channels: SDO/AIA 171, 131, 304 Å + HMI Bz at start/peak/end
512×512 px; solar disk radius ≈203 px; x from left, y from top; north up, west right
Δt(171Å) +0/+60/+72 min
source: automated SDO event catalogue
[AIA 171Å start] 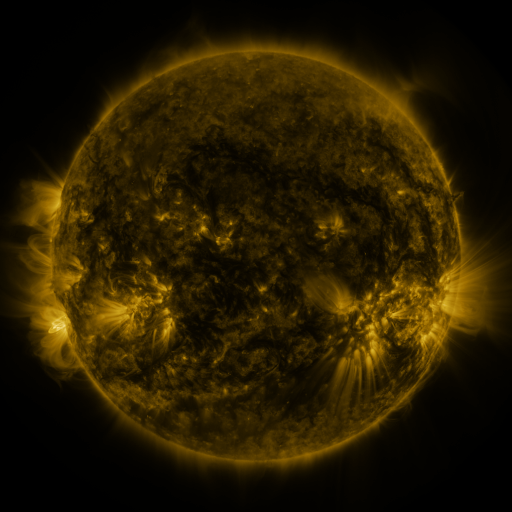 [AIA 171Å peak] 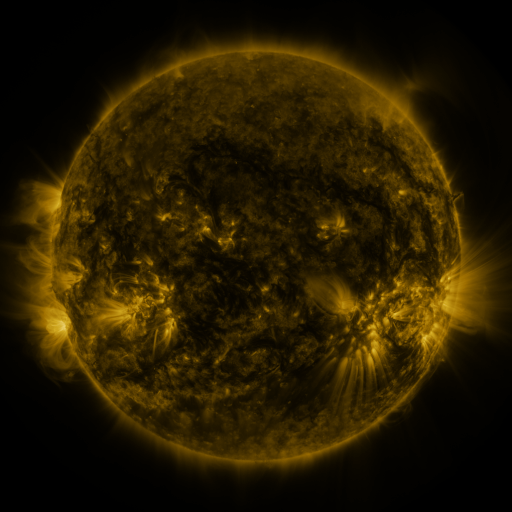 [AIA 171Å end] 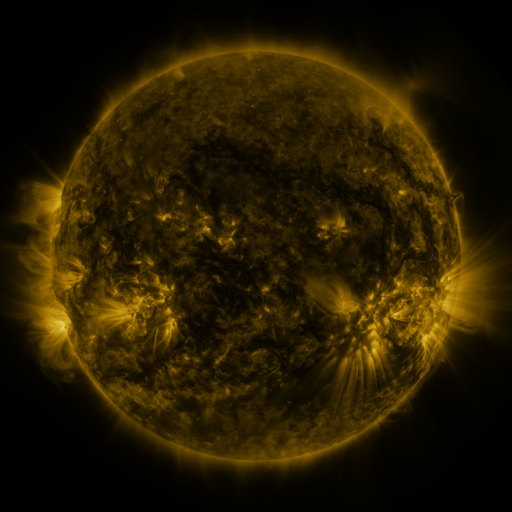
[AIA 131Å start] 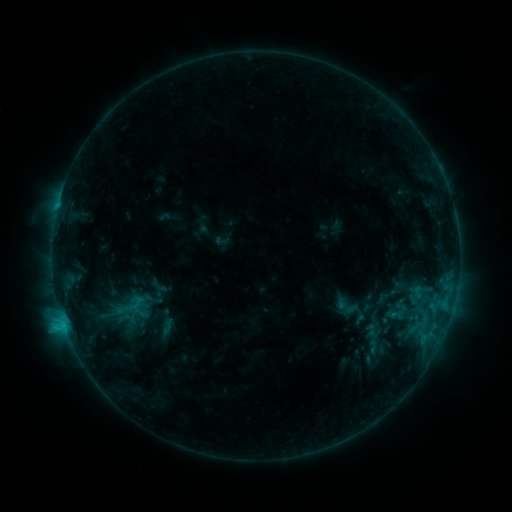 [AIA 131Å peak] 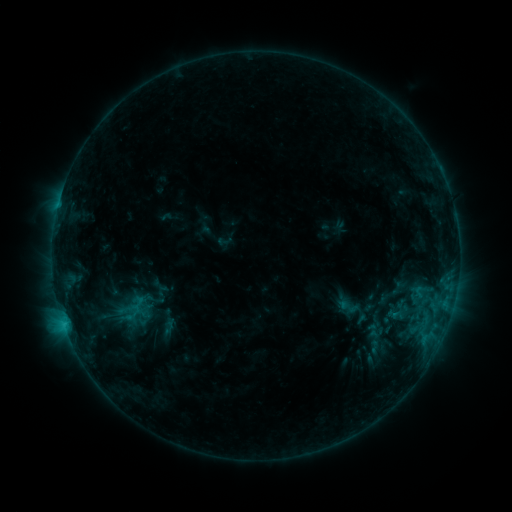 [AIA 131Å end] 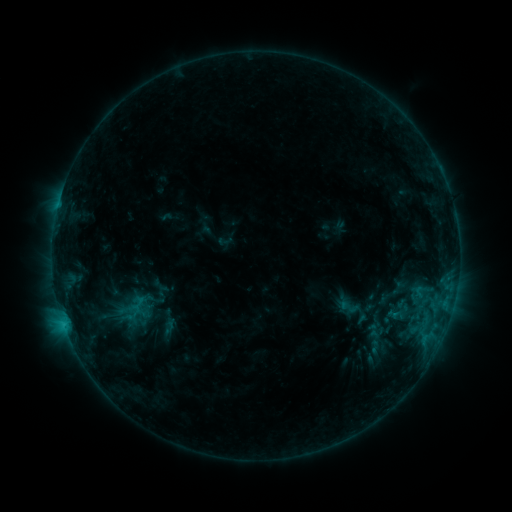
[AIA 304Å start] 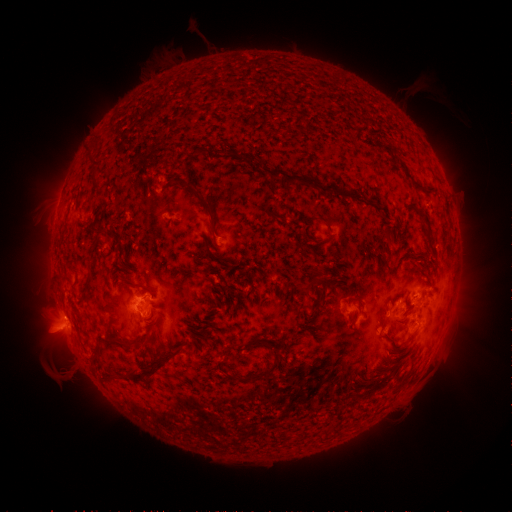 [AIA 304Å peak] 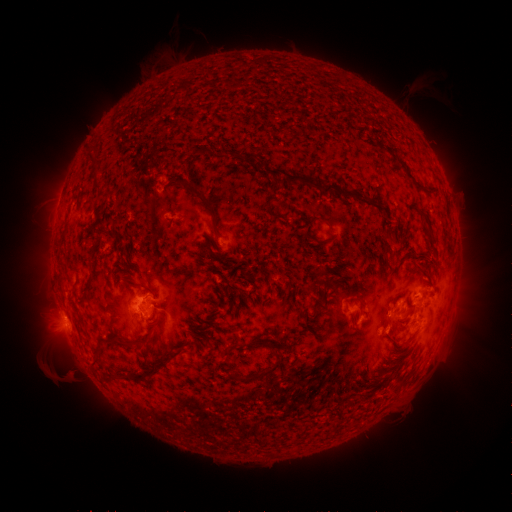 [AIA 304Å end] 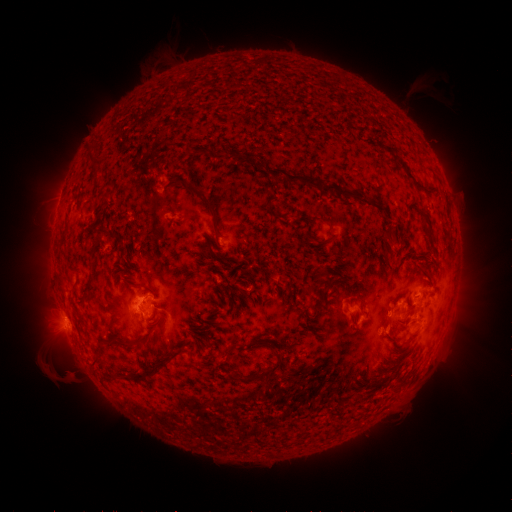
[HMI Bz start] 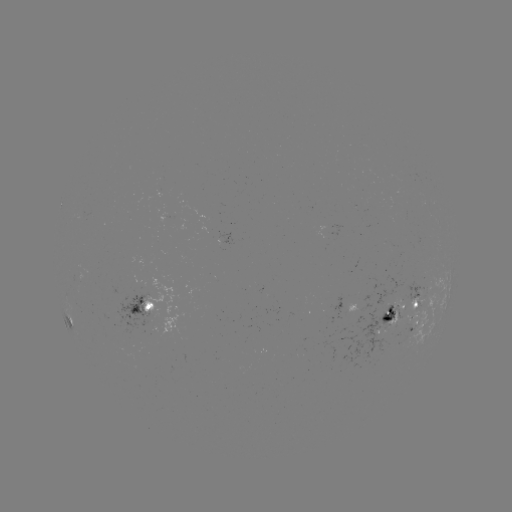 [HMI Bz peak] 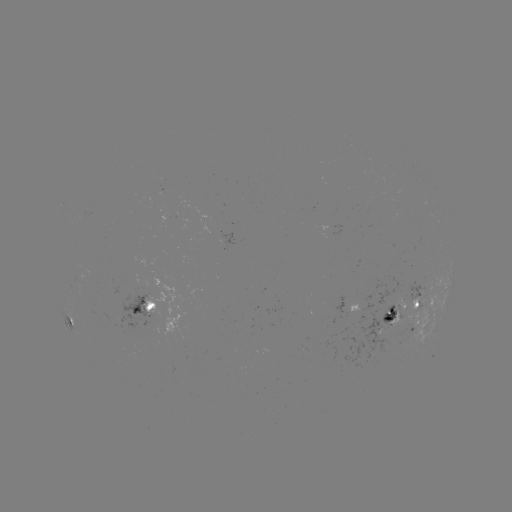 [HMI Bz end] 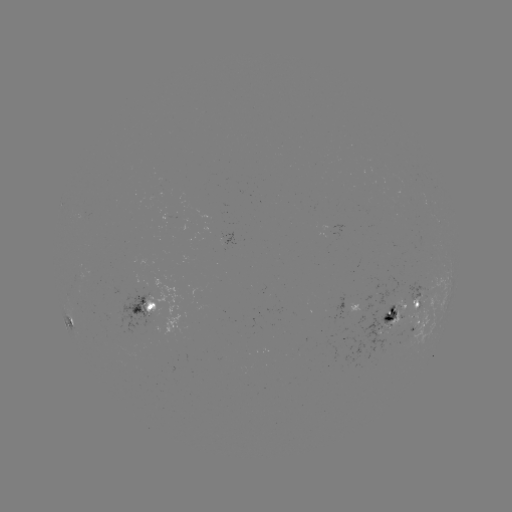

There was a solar emerging-flux region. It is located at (224, 241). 